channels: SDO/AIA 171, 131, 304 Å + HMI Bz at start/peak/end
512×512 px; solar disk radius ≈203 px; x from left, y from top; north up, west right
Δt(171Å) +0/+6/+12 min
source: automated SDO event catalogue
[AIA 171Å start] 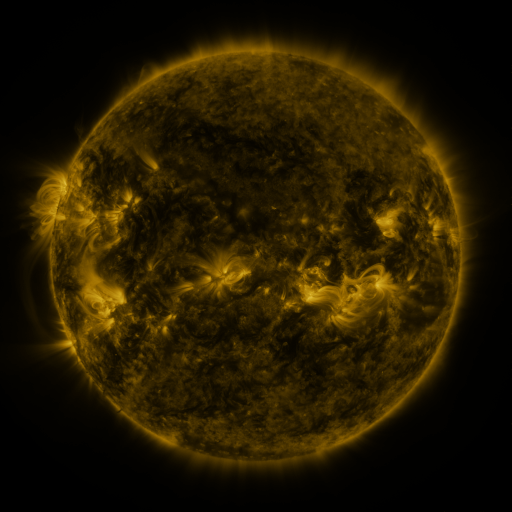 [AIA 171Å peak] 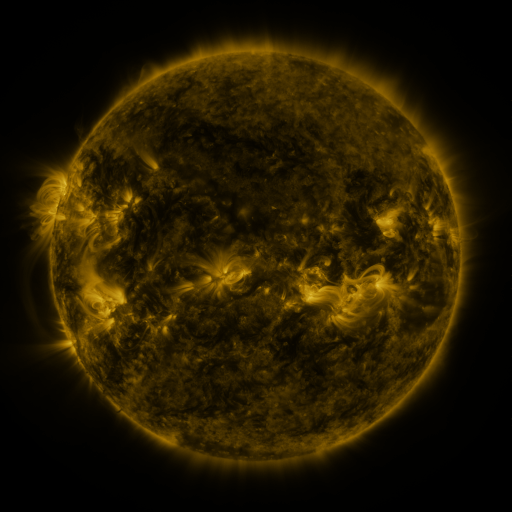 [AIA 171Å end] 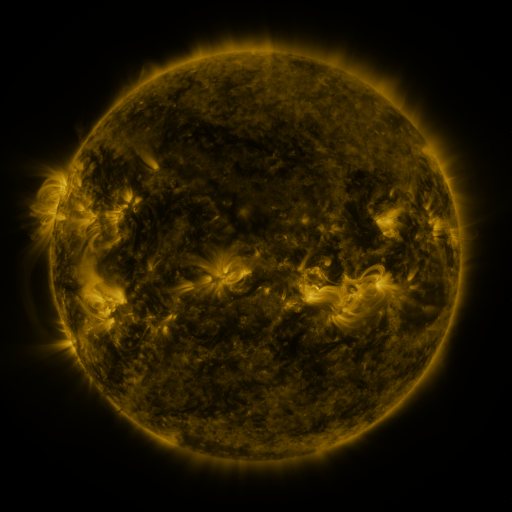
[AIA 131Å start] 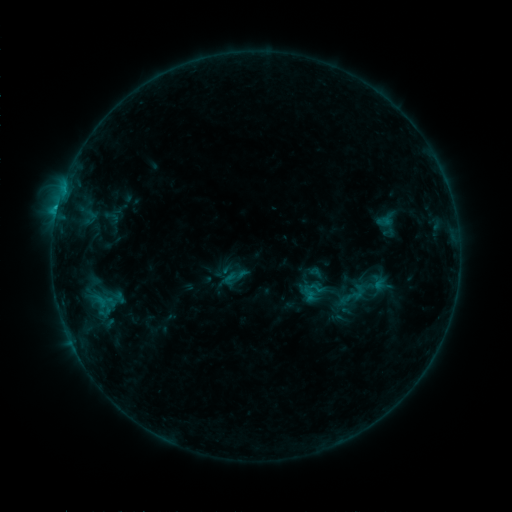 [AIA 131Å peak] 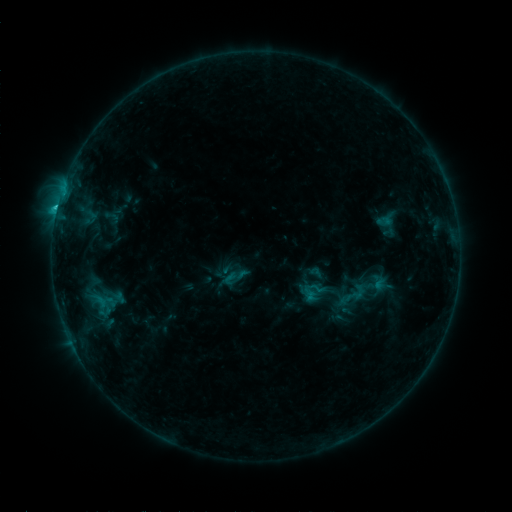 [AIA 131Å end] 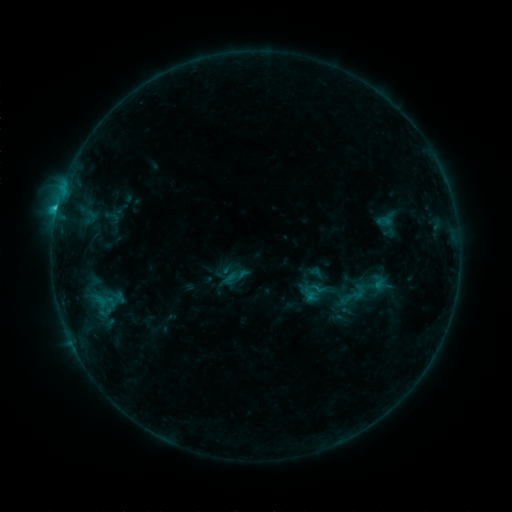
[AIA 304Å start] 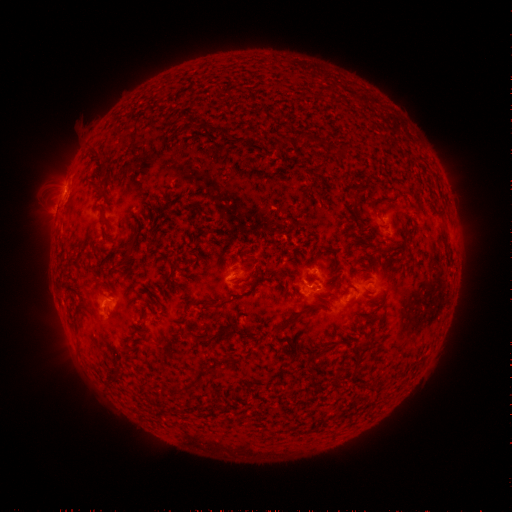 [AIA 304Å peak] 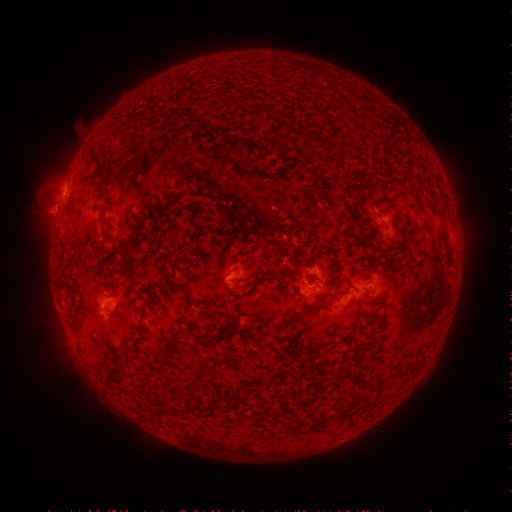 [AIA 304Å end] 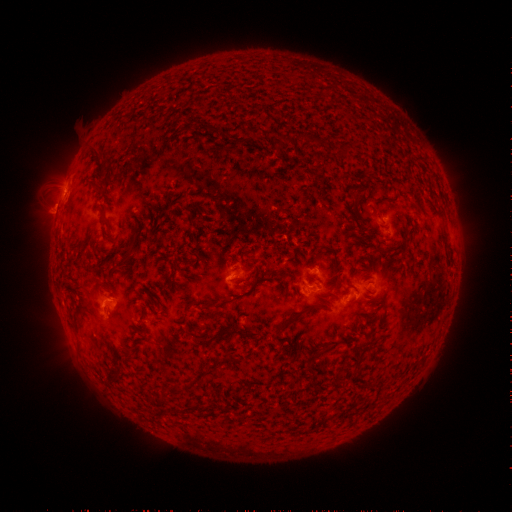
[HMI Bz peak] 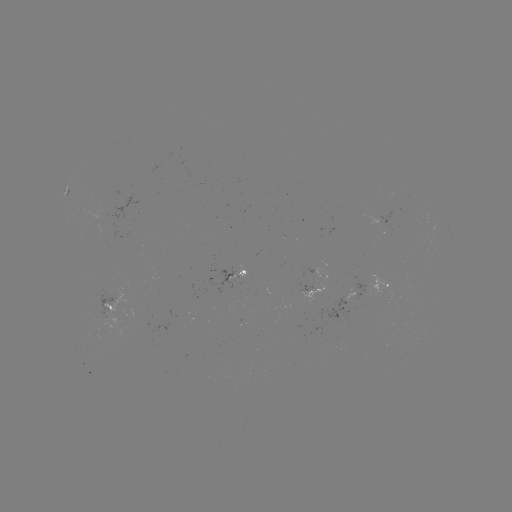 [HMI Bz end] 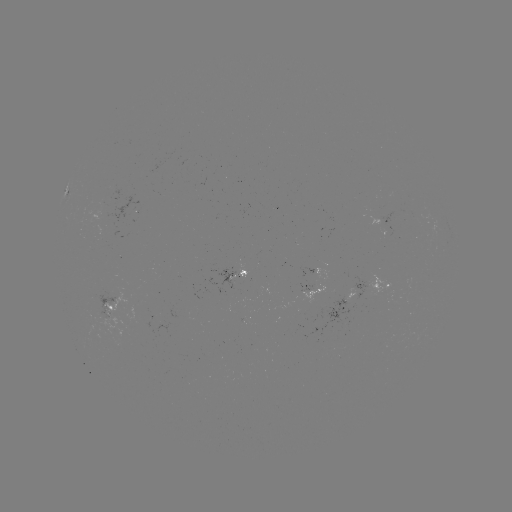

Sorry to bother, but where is C1.3 flare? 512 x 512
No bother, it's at [379, 219].